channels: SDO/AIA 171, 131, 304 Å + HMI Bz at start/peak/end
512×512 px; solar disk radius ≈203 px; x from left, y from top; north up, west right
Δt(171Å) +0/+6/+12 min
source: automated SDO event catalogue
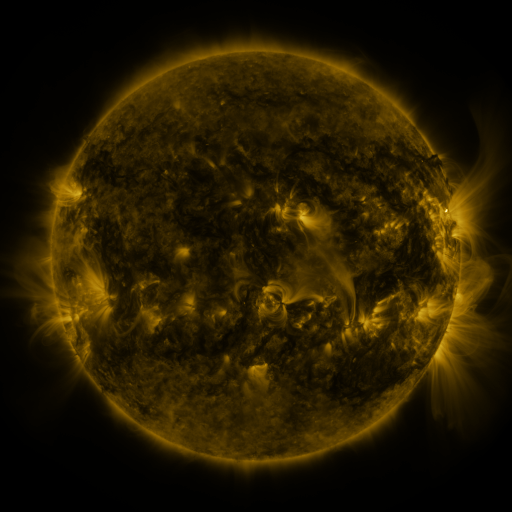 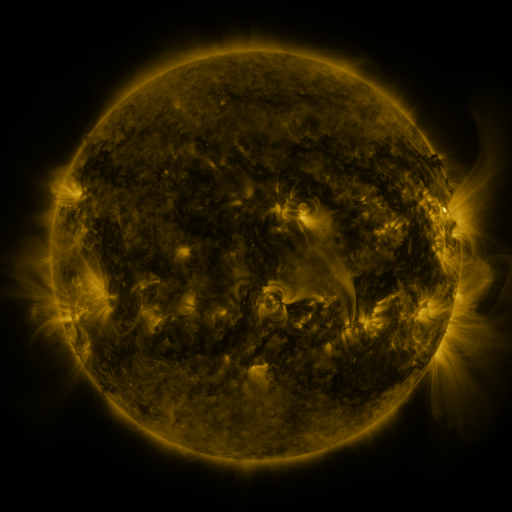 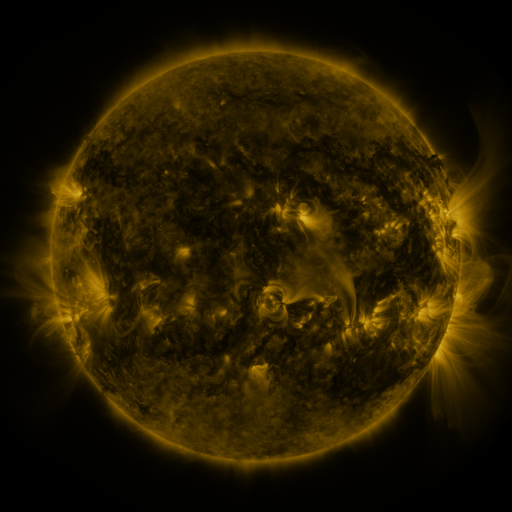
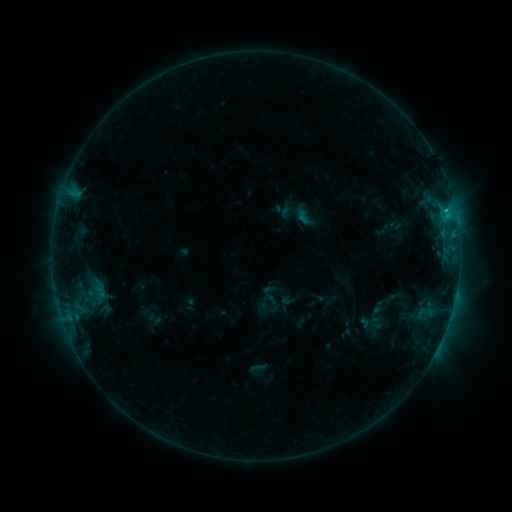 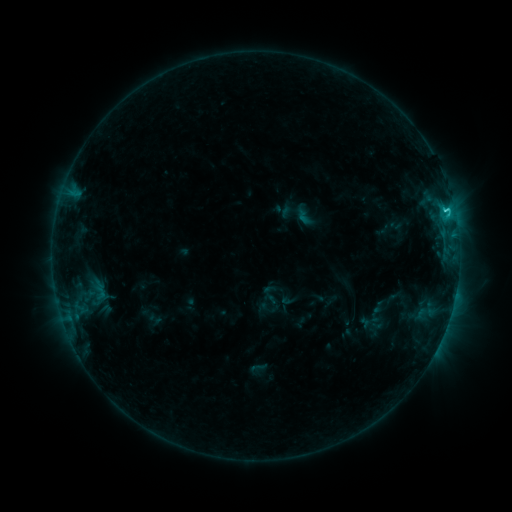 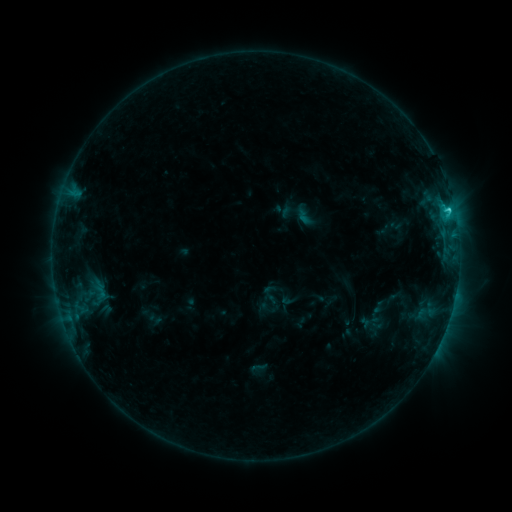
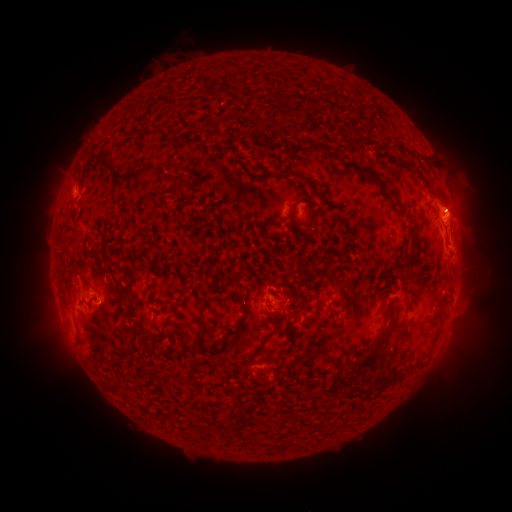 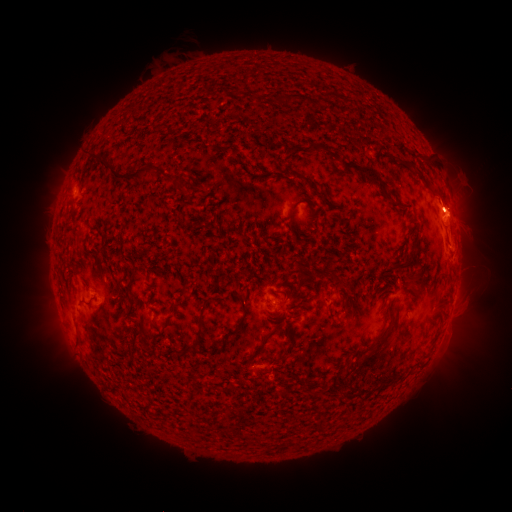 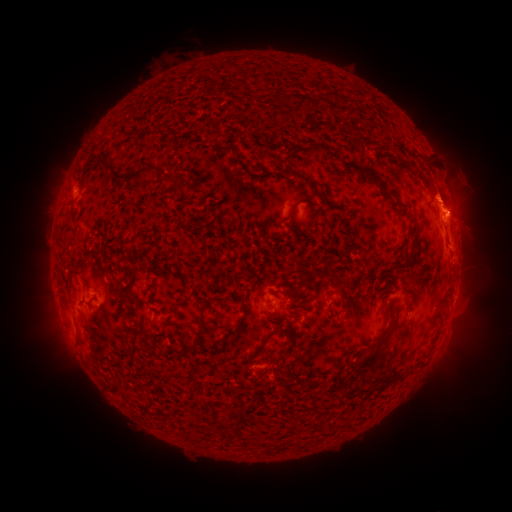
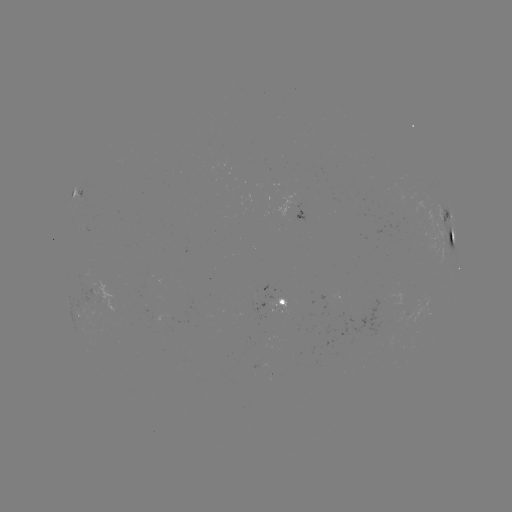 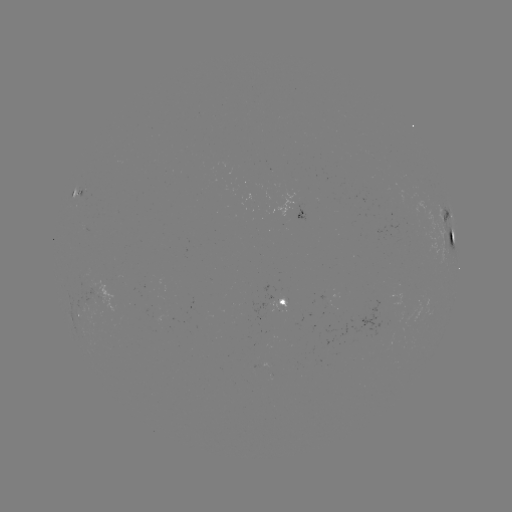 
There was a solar flare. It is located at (446, 211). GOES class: C1.7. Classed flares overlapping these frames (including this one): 1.